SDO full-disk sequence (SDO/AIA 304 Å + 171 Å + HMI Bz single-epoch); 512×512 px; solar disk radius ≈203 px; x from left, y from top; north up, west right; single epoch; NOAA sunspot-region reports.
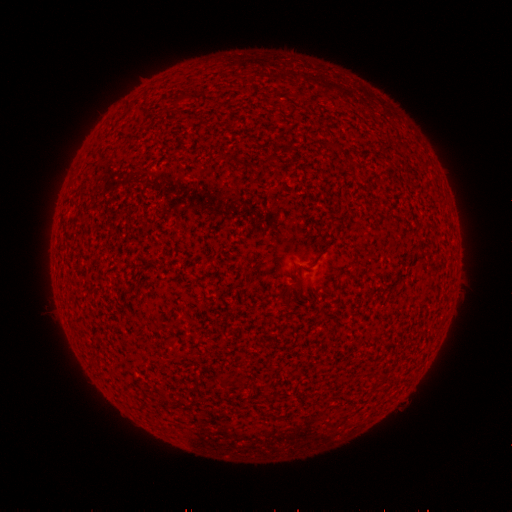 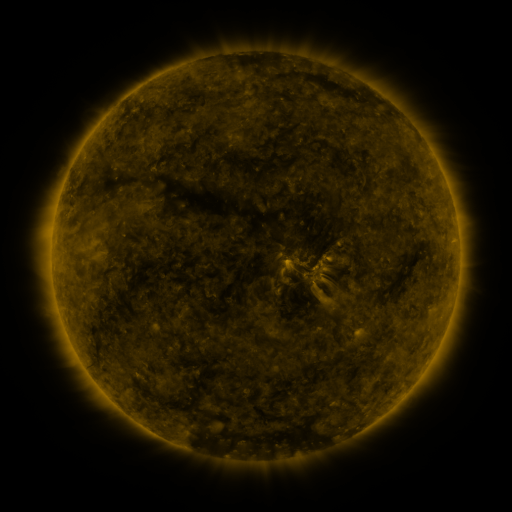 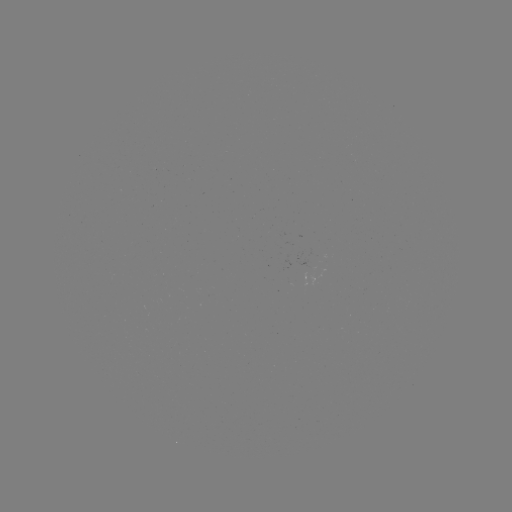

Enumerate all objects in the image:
(none)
